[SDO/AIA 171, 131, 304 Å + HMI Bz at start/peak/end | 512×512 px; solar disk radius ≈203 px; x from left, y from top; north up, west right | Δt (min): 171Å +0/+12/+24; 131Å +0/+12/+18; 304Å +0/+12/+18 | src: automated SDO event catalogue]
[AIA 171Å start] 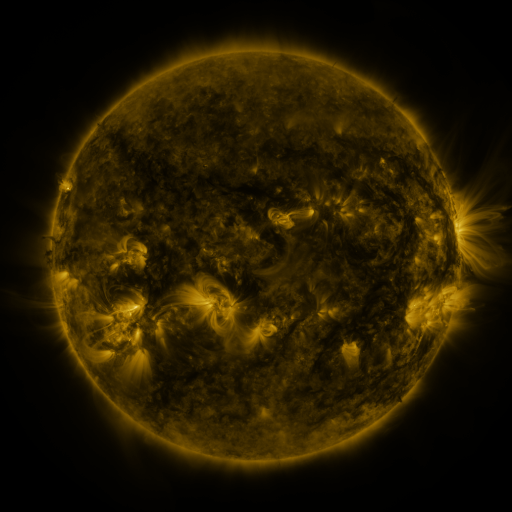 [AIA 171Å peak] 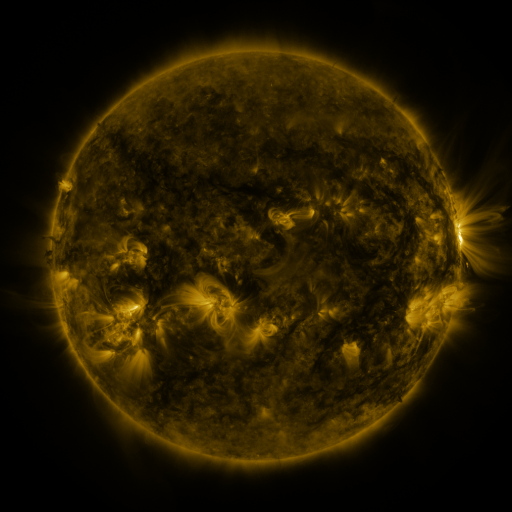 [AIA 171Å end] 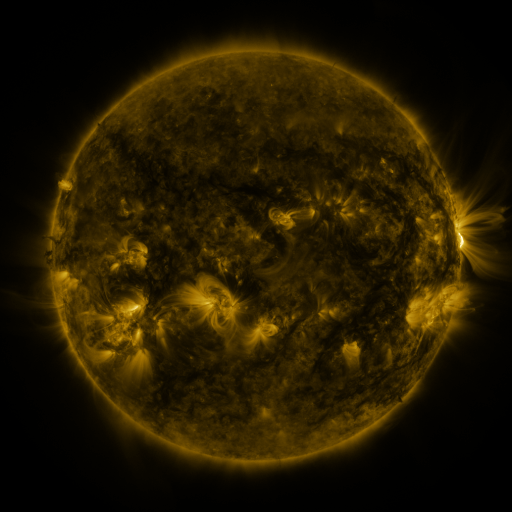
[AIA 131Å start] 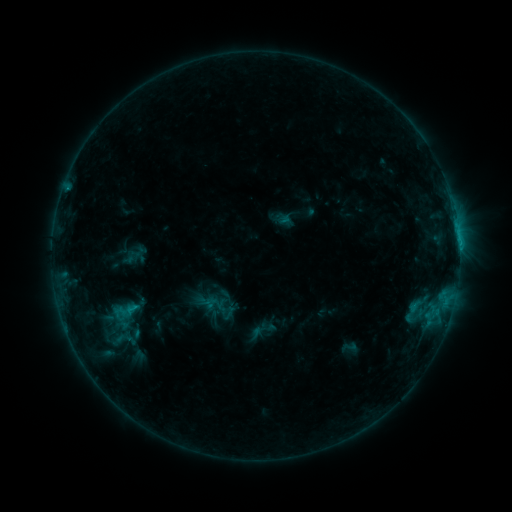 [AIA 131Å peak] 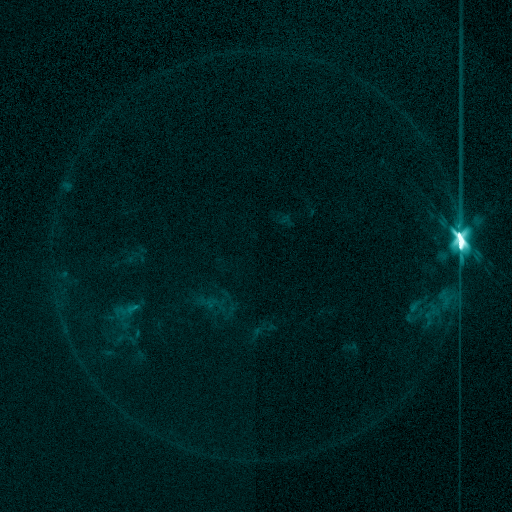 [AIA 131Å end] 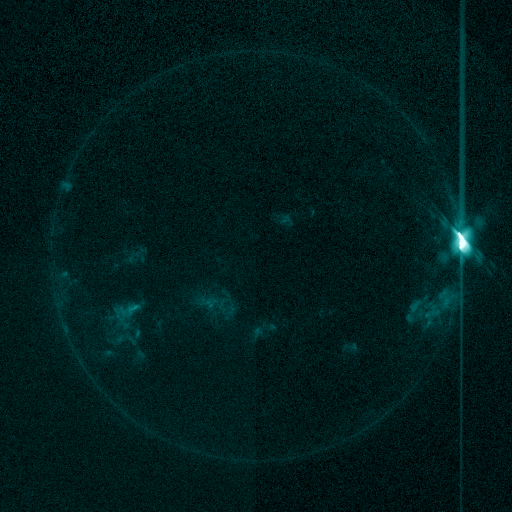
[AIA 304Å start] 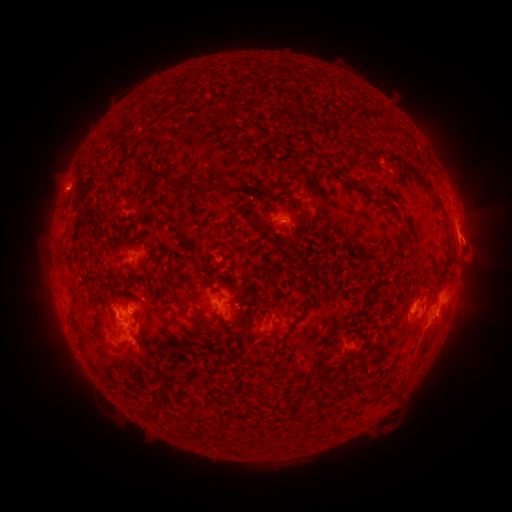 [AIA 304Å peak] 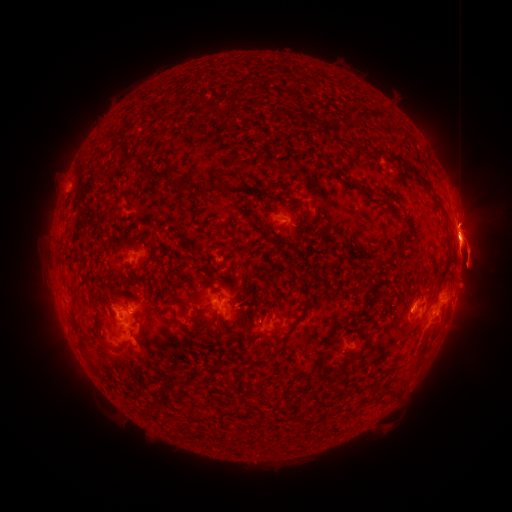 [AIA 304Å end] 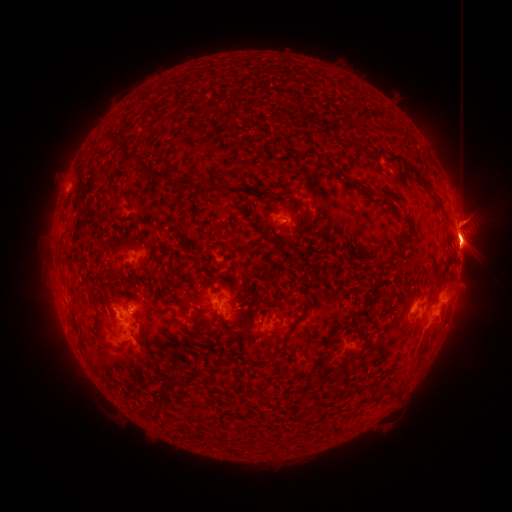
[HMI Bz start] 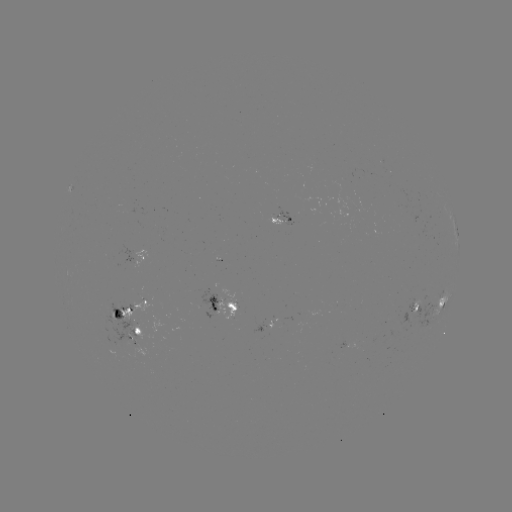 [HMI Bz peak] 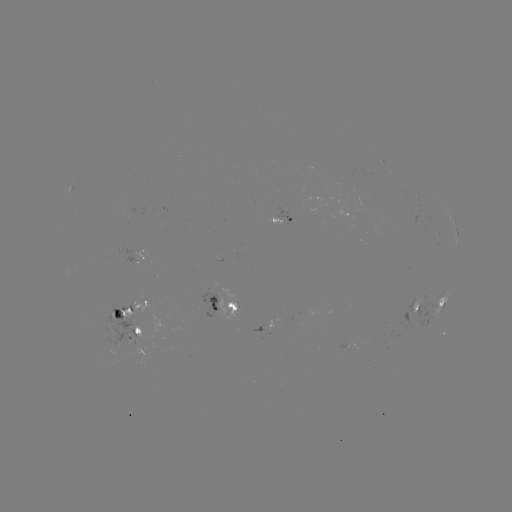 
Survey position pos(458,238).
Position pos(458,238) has X2.3 flare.